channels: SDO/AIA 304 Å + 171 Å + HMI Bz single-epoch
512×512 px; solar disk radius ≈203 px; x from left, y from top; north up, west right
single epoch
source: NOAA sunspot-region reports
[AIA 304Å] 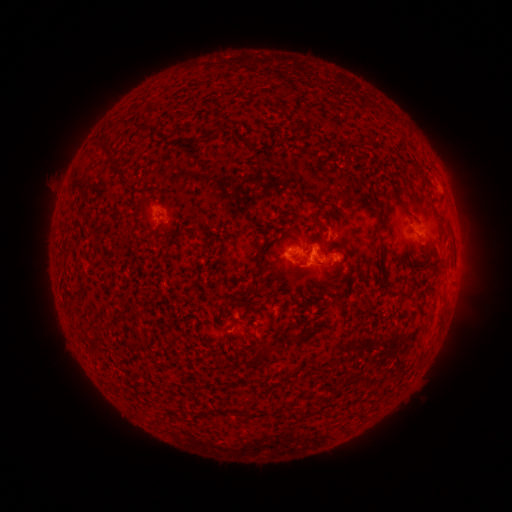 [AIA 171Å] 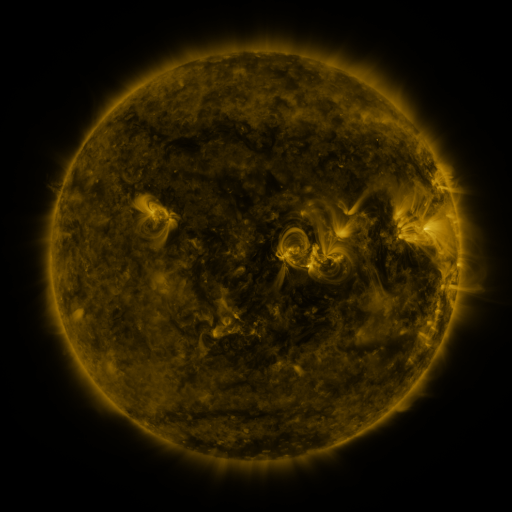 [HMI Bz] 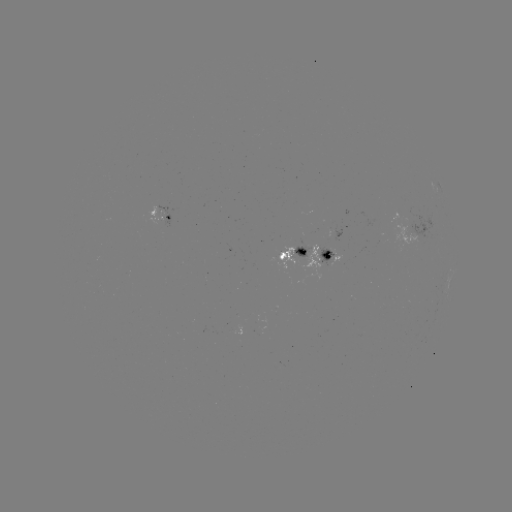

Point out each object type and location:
spotted active region: (164, 210)
spotted active region: (340, 235)
spotted active region: (328, 253)
spotted active region: (294, 254)
